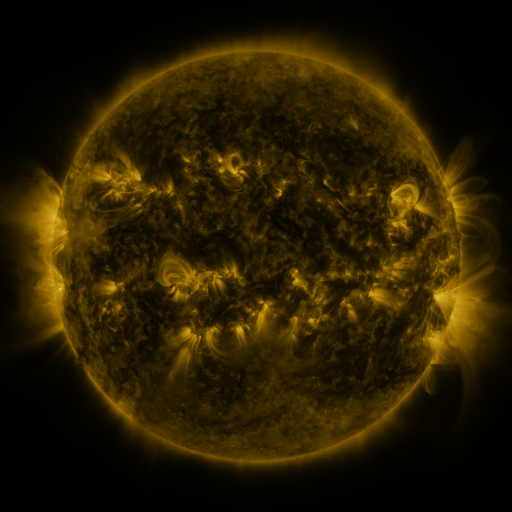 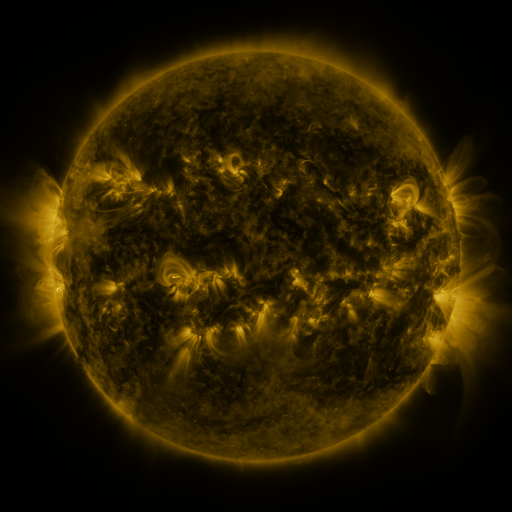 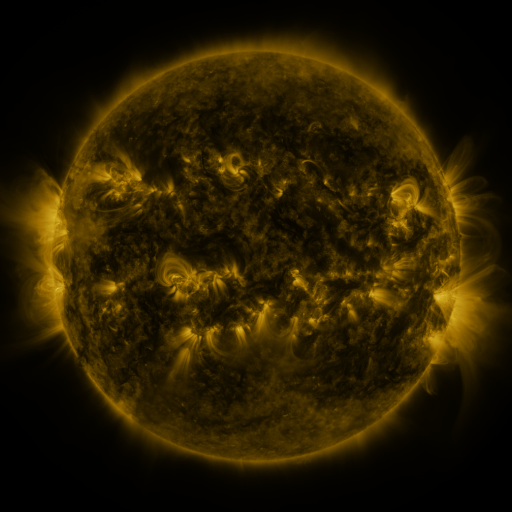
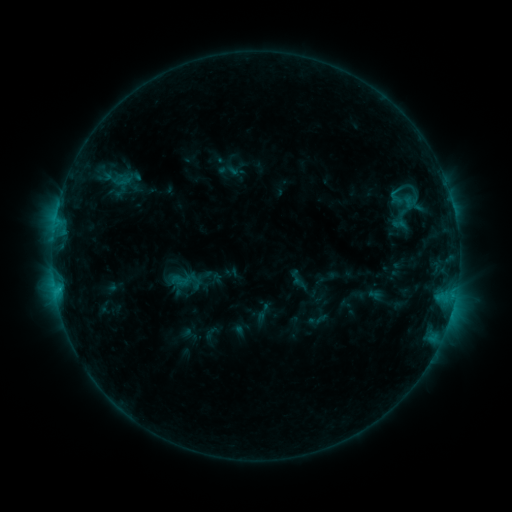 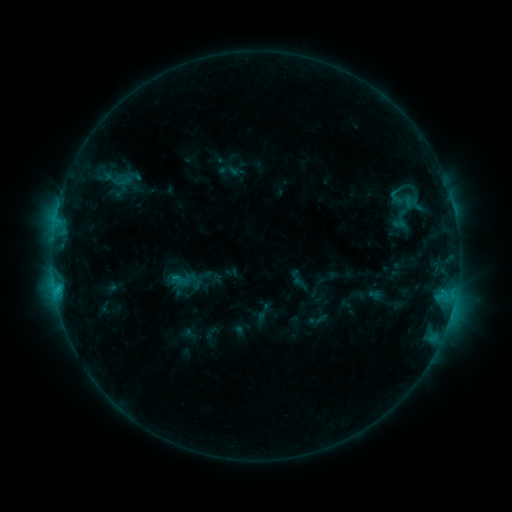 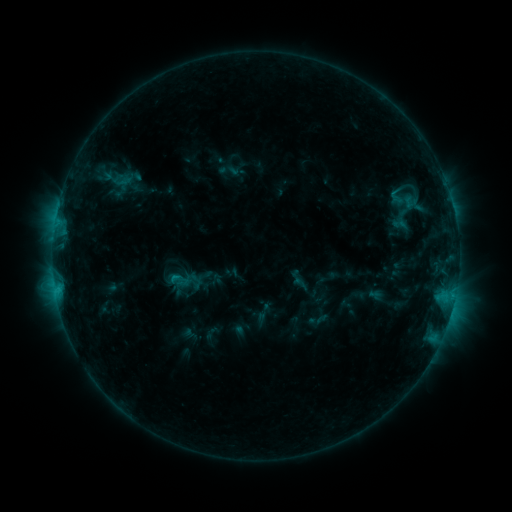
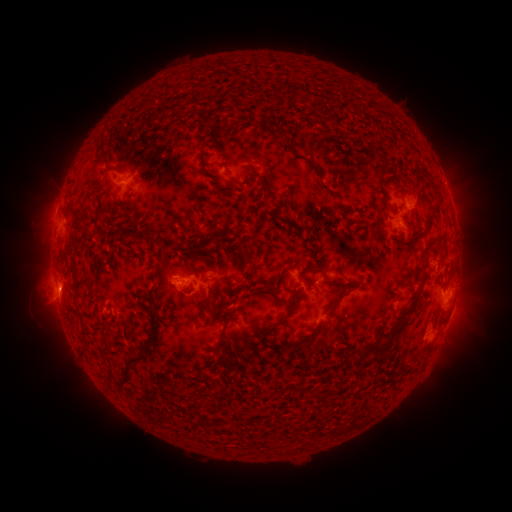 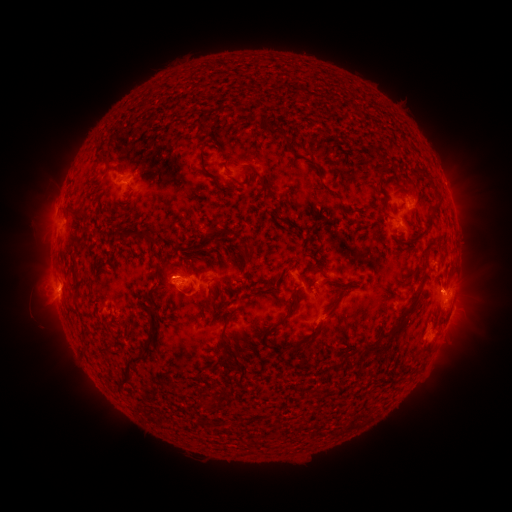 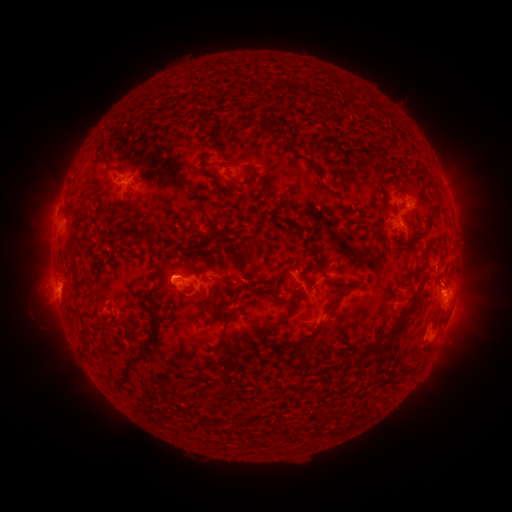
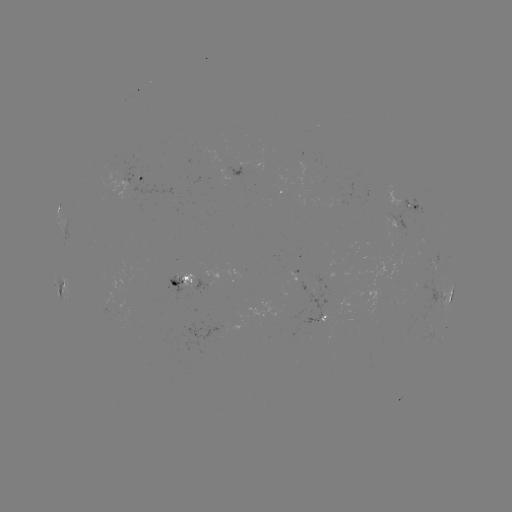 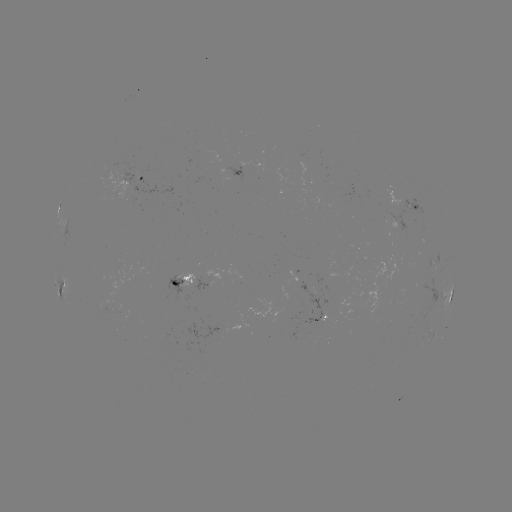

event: eruption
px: (450, 288)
